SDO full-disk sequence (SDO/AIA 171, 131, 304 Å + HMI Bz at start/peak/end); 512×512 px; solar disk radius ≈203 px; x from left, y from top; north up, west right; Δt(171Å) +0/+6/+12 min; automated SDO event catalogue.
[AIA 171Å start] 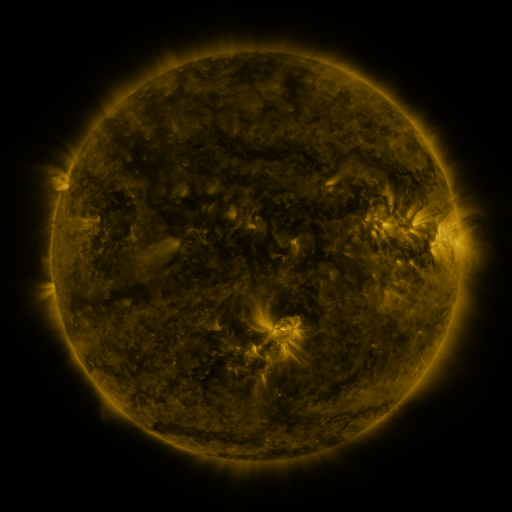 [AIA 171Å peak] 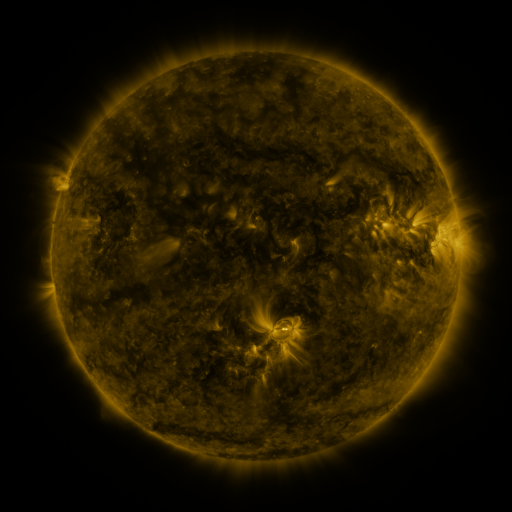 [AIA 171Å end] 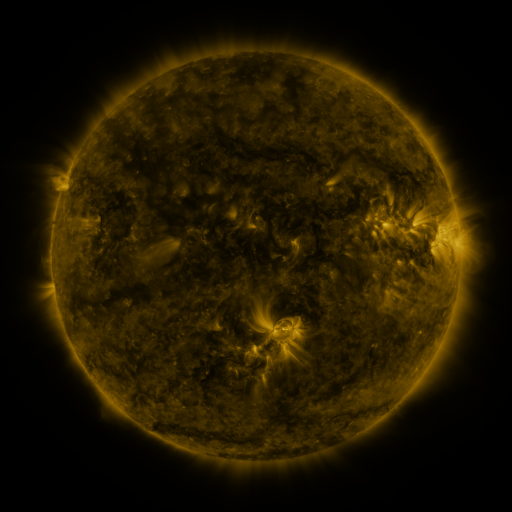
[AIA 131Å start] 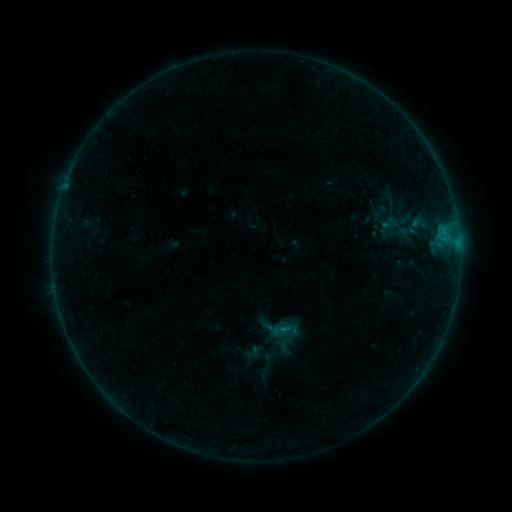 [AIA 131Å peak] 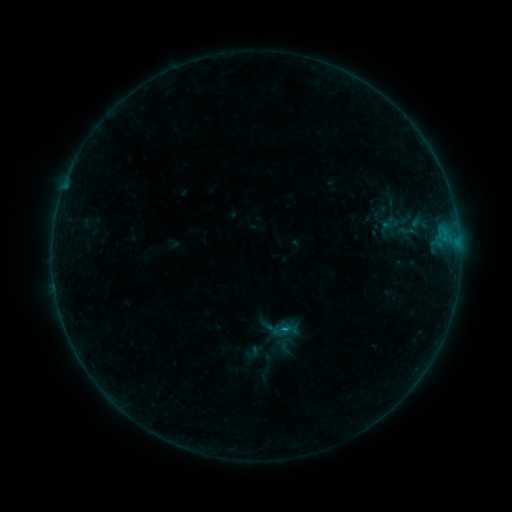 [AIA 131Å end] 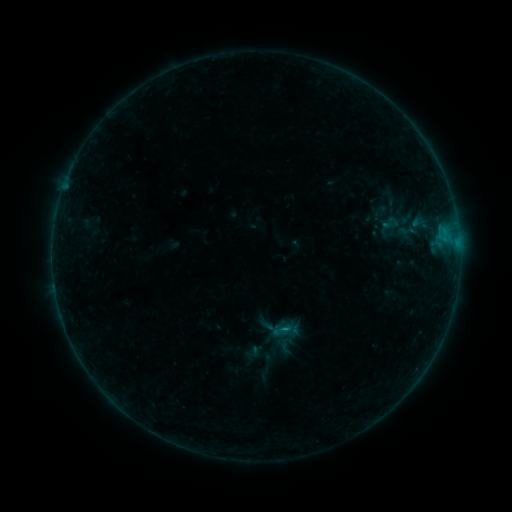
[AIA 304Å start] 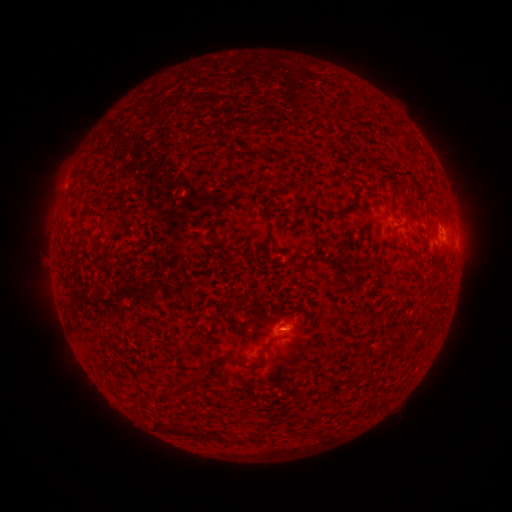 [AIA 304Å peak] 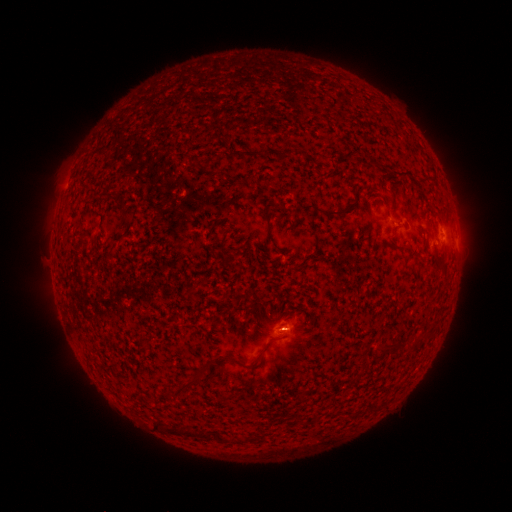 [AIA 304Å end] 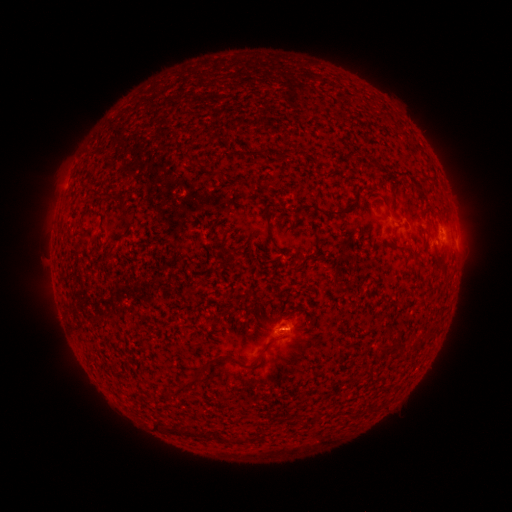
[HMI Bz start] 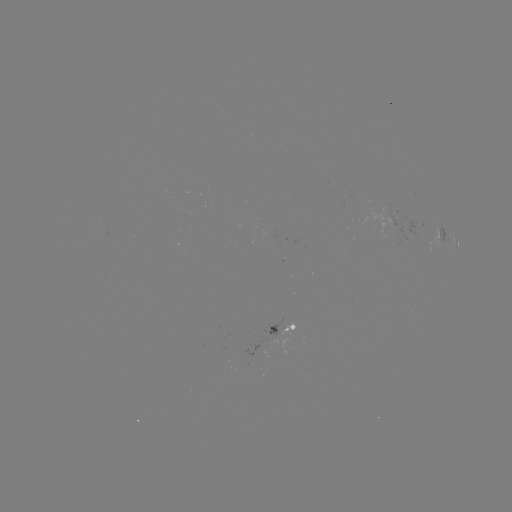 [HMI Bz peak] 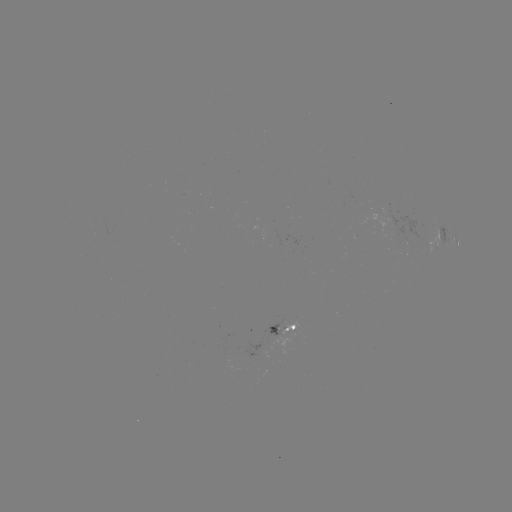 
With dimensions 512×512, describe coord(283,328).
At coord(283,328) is B3.9 flare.